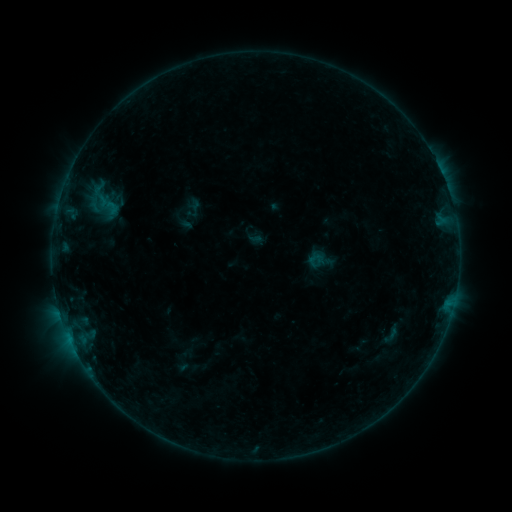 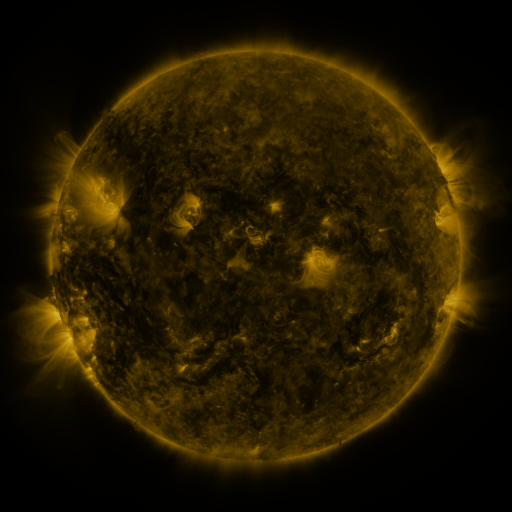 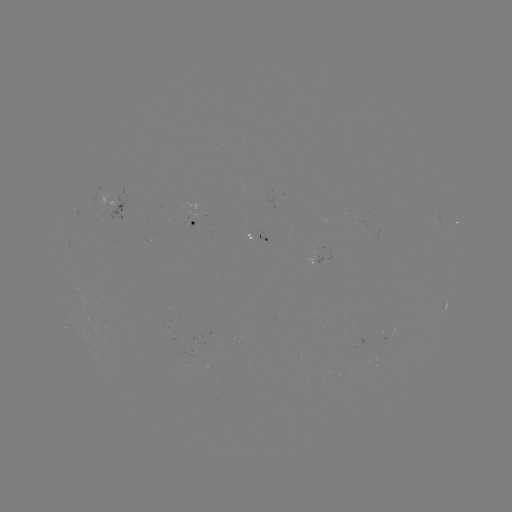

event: sigmoid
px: (392, 334)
